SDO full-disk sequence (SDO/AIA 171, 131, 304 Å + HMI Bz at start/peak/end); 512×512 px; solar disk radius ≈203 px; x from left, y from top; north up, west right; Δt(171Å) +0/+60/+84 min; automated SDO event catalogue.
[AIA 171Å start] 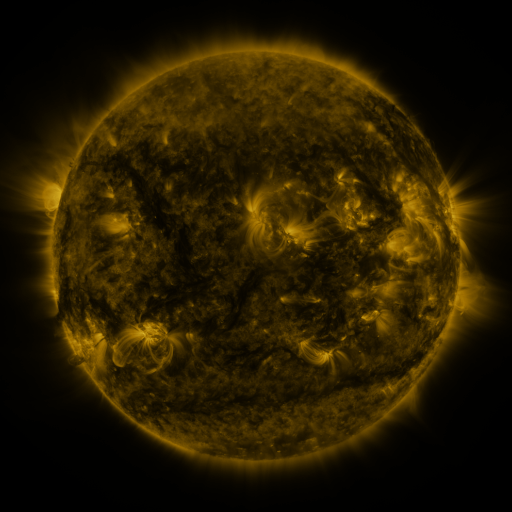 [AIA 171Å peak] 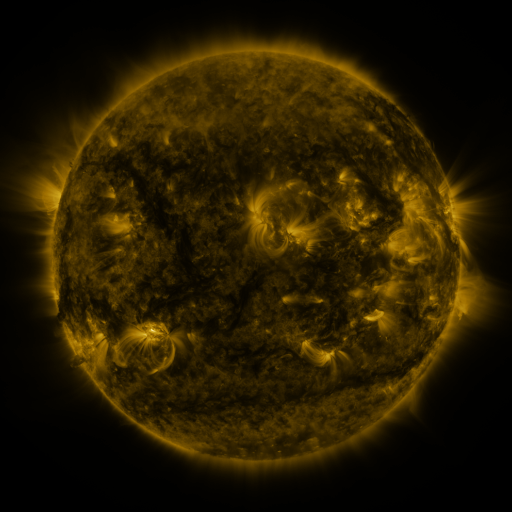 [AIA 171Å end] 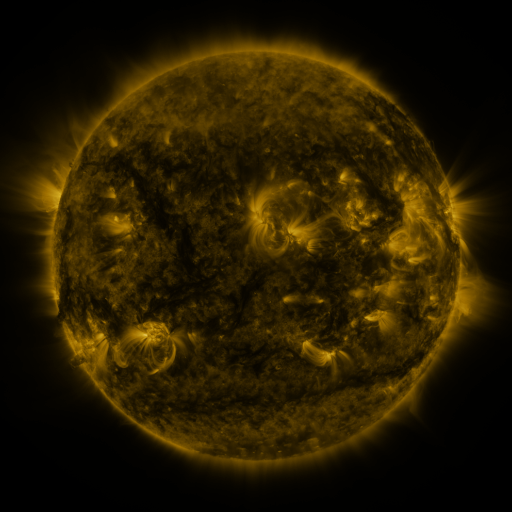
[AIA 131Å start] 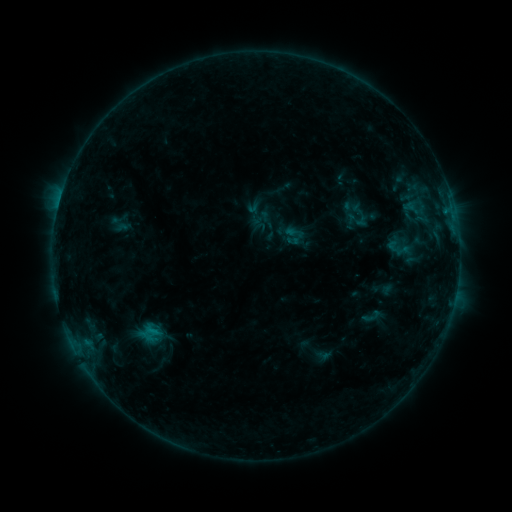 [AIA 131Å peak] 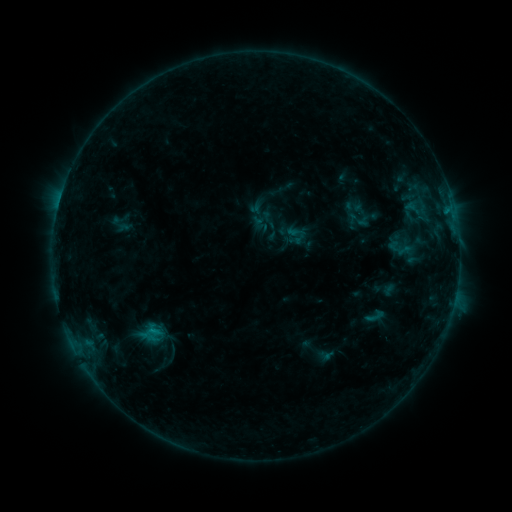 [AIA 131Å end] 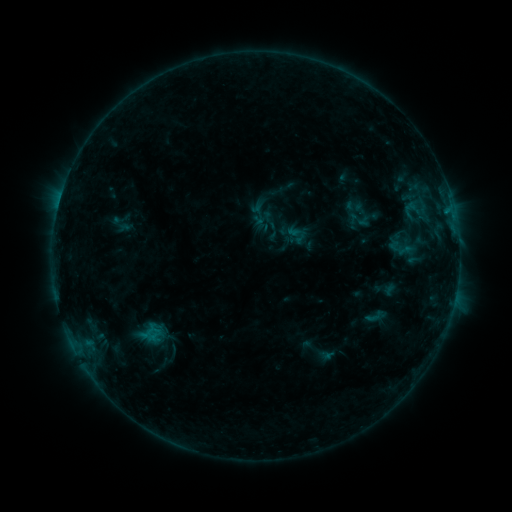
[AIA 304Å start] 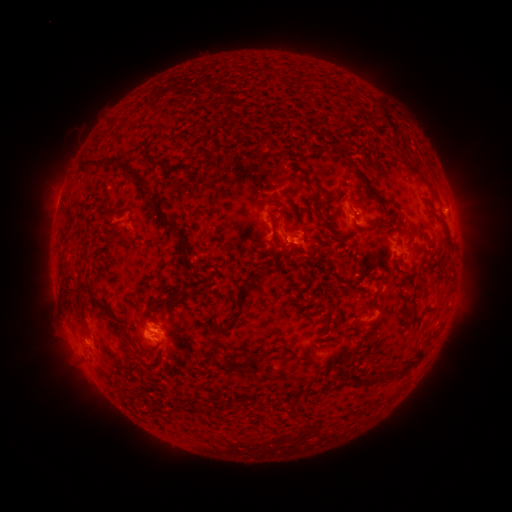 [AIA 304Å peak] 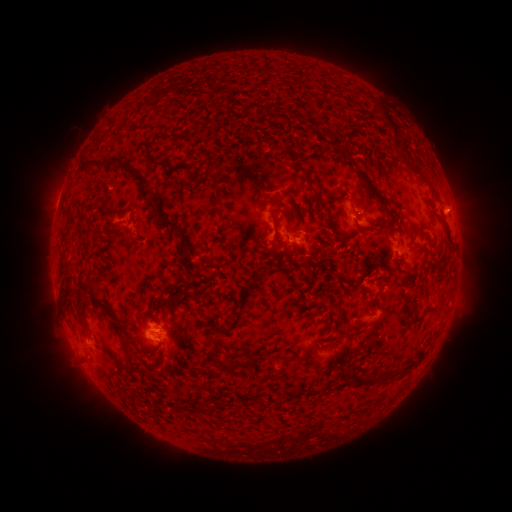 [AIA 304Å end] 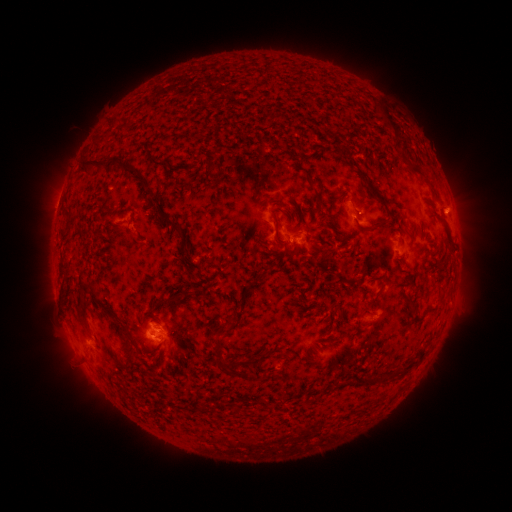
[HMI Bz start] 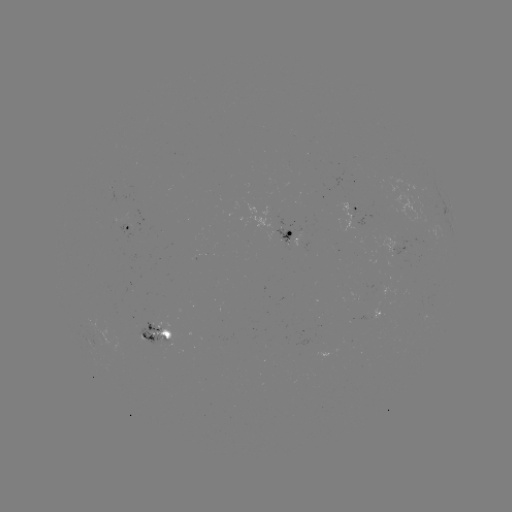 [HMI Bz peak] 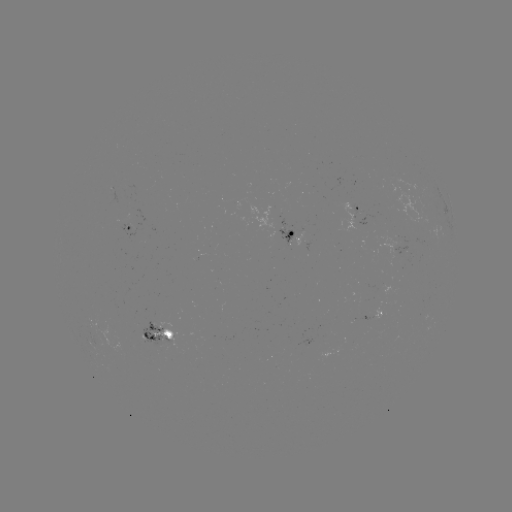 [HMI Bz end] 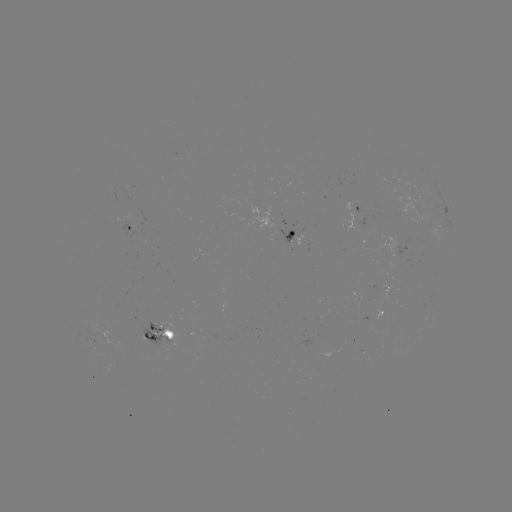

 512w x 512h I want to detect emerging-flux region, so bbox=[136, 319, 172, 346].